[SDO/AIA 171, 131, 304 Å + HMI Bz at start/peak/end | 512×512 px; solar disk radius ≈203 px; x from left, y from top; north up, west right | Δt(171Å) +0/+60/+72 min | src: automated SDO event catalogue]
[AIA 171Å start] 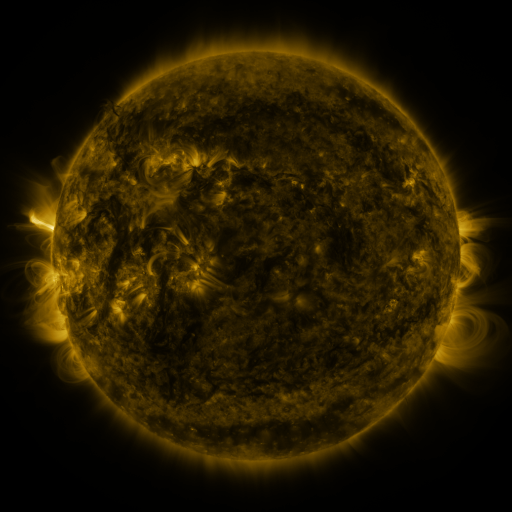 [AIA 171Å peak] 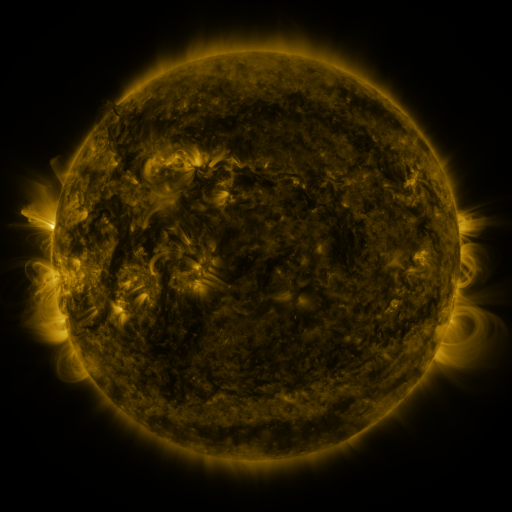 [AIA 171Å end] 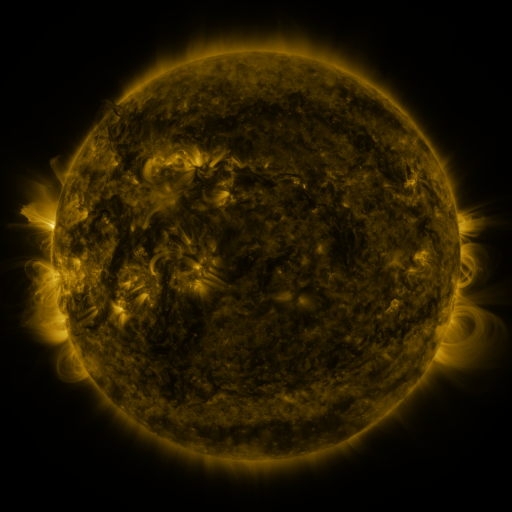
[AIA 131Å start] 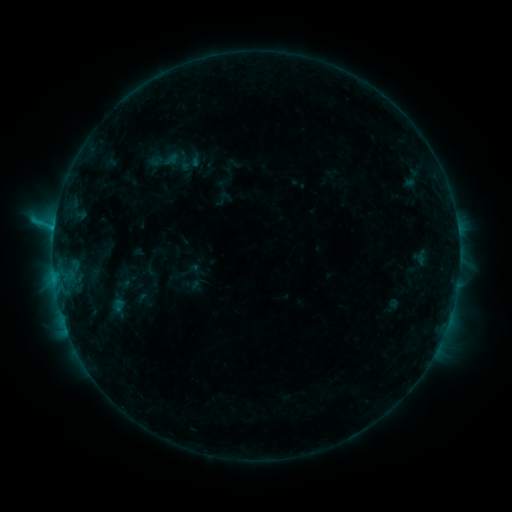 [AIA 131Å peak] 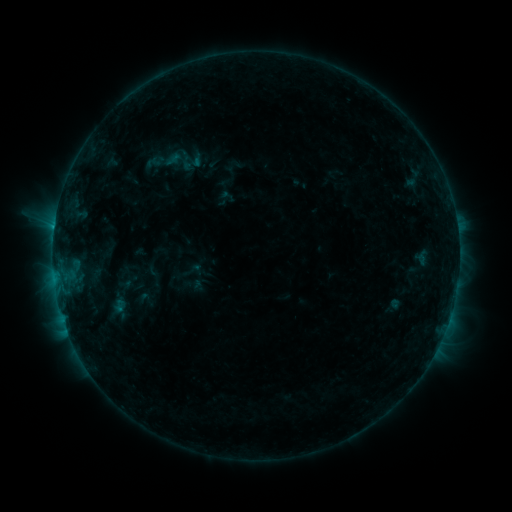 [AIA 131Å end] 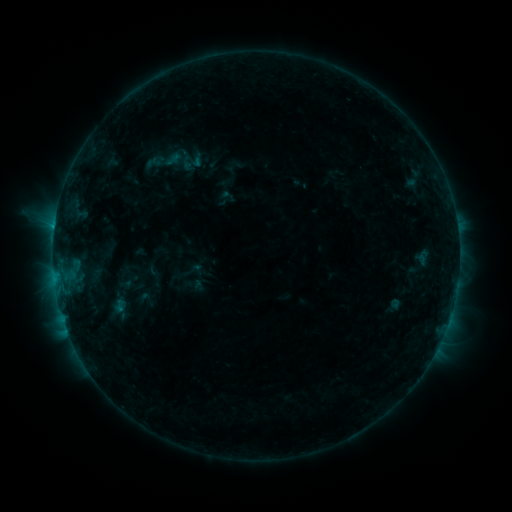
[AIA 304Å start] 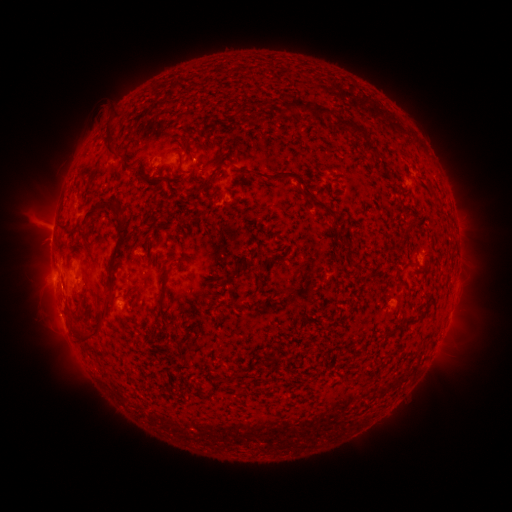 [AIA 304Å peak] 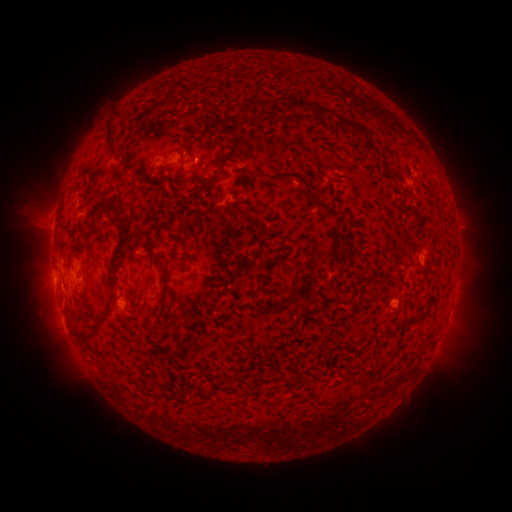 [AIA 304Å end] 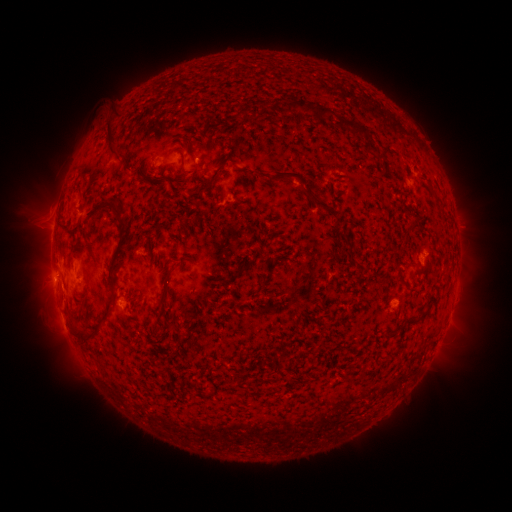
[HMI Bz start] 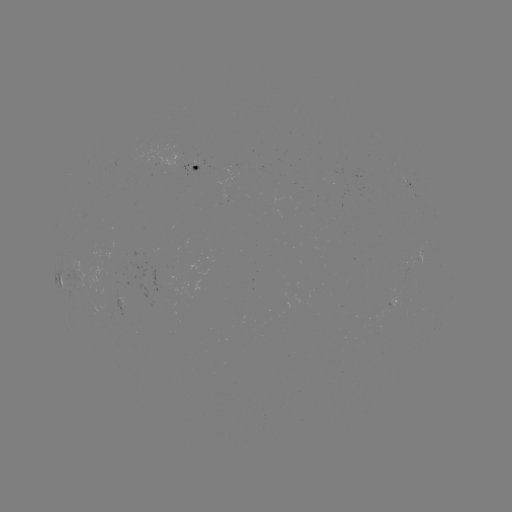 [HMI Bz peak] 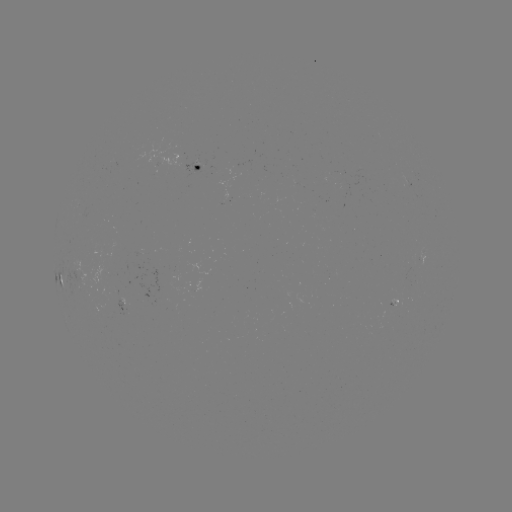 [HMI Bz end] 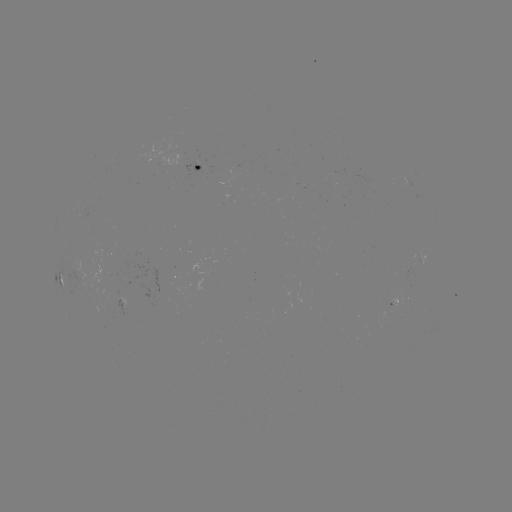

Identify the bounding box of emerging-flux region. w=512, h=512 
[113, 299, 133, 316].